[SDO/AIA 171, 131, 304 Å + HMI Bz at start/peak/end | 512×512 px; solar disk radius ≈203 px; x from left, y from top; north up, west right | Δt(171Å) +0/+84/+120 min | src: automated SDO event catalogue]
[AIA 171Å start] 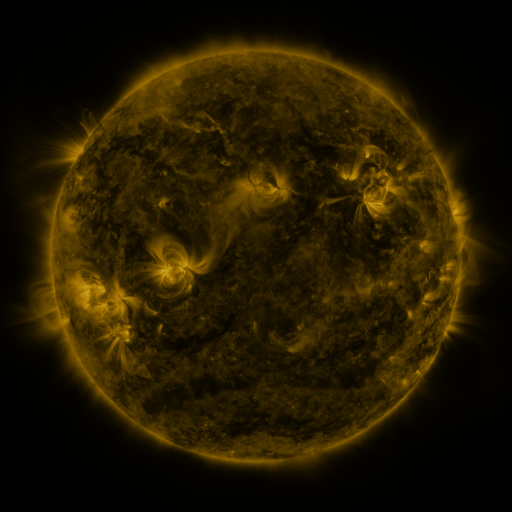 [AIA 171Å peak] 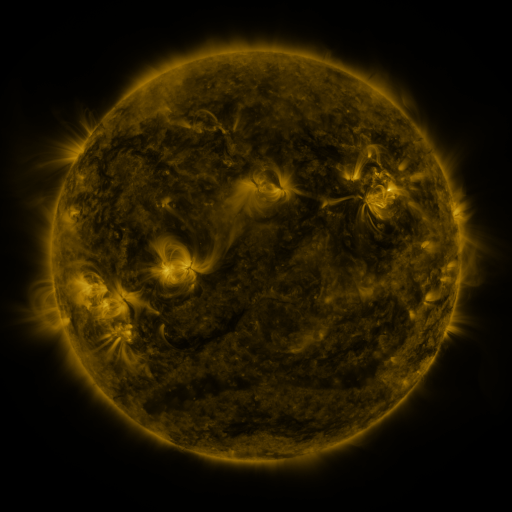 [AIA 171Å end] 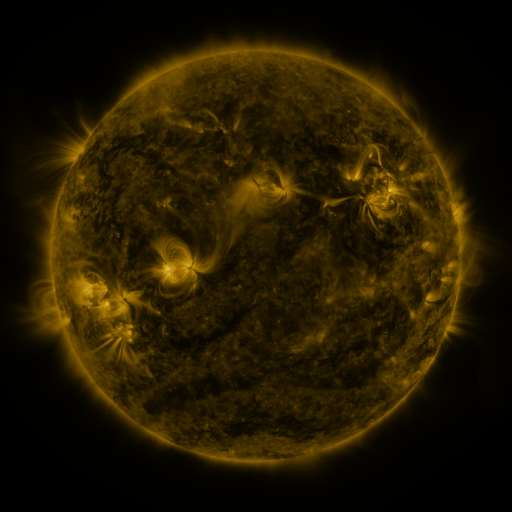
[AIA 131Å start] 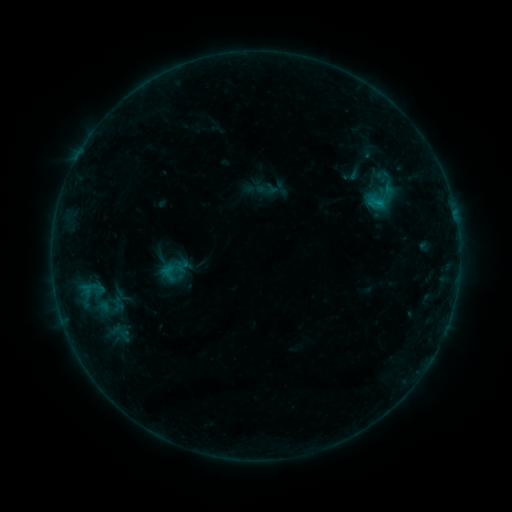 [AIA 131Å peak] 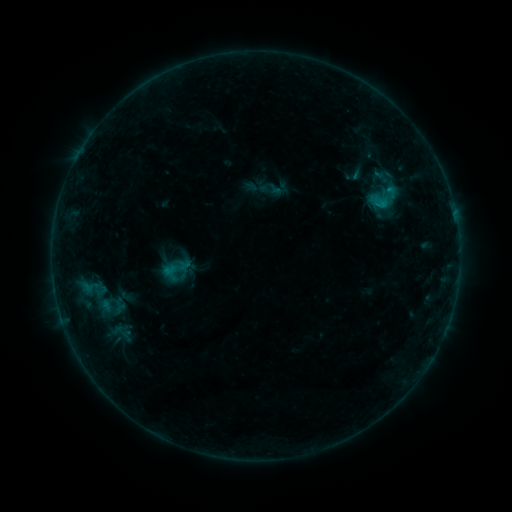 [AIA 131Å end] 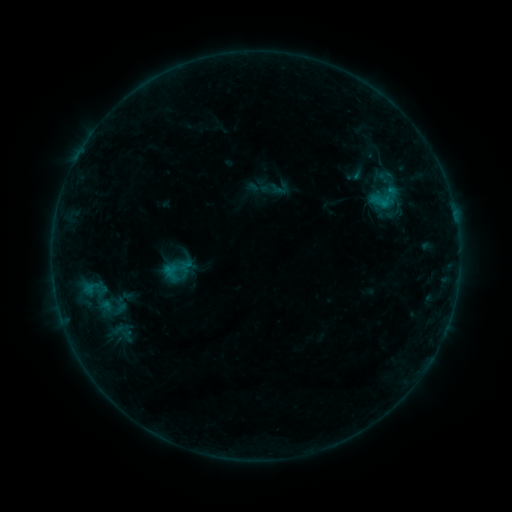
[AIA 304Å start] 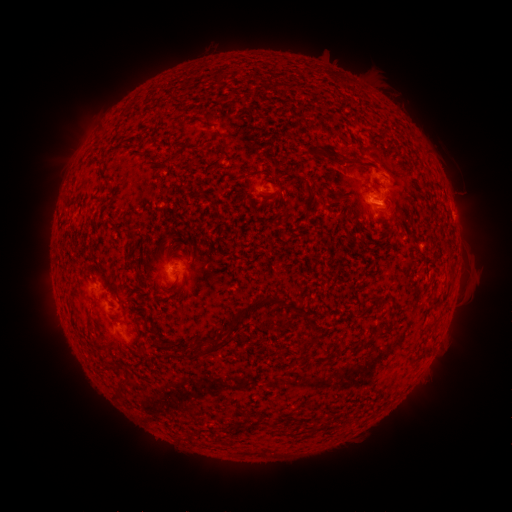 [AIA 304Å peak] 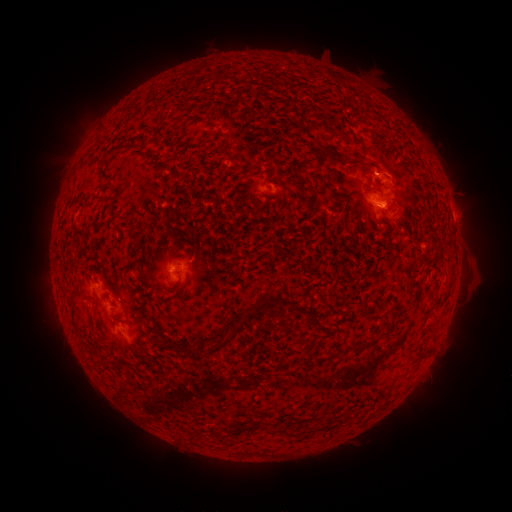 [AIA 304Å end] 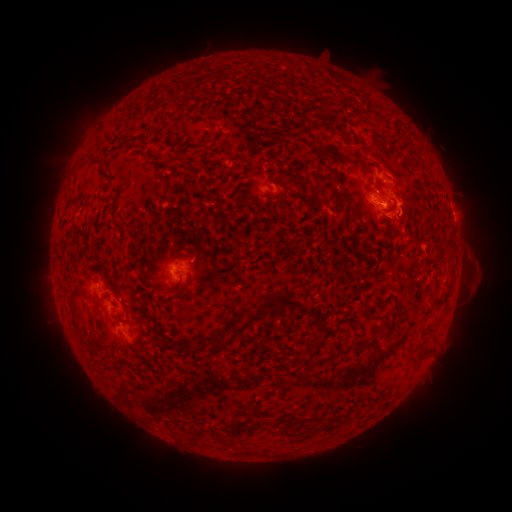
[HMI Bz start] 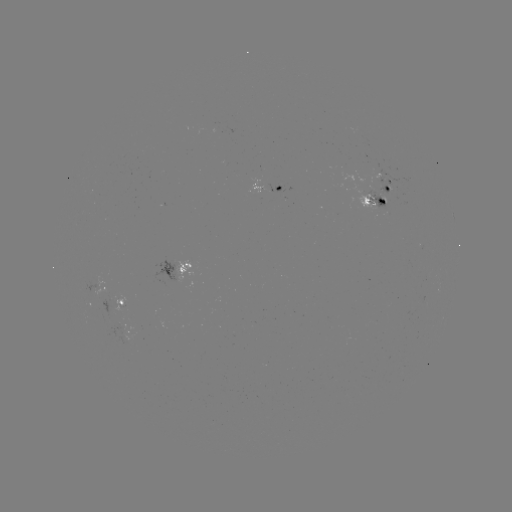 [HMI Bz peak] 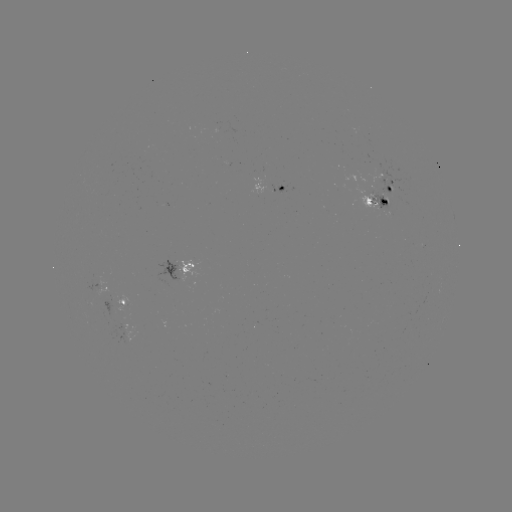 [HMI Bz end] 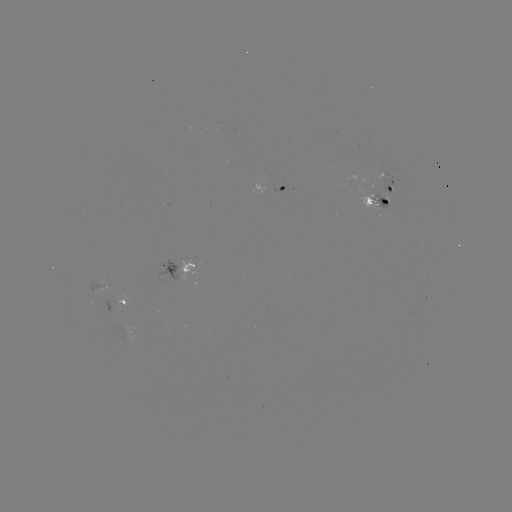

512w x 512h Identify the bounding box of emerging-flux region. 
[366, 189, 391, 212].